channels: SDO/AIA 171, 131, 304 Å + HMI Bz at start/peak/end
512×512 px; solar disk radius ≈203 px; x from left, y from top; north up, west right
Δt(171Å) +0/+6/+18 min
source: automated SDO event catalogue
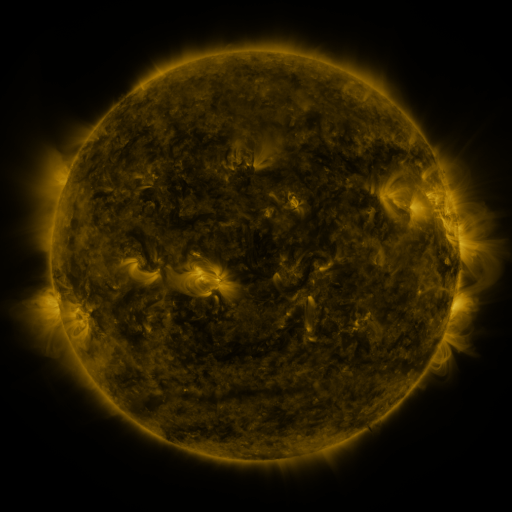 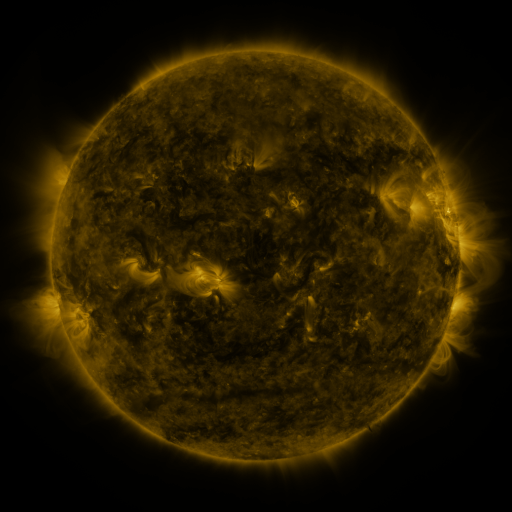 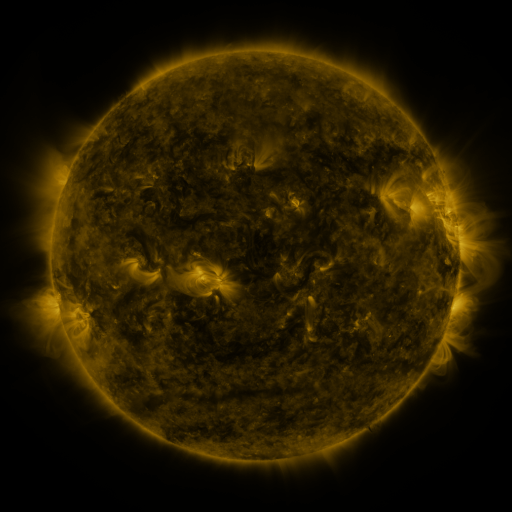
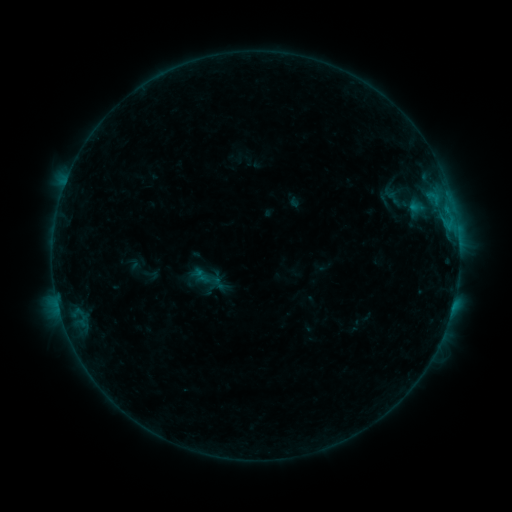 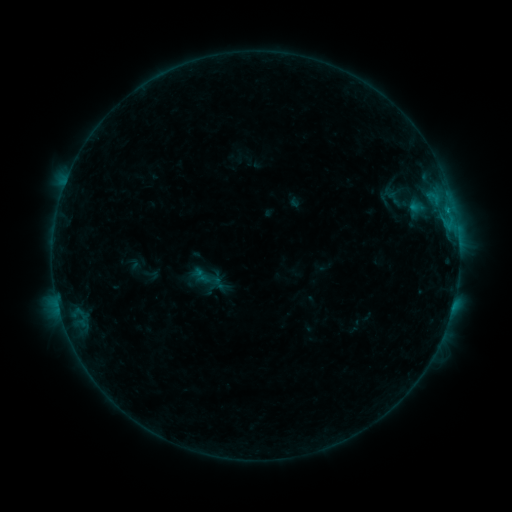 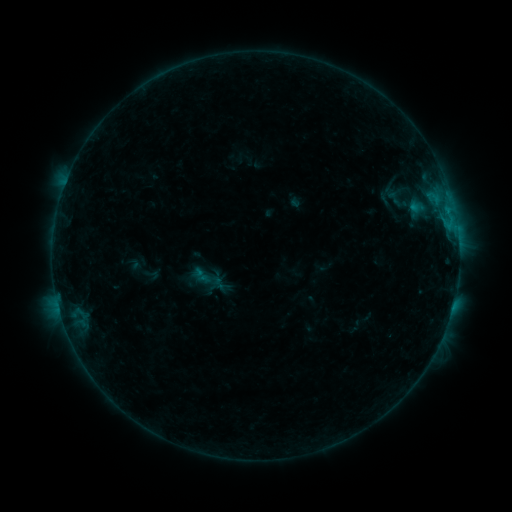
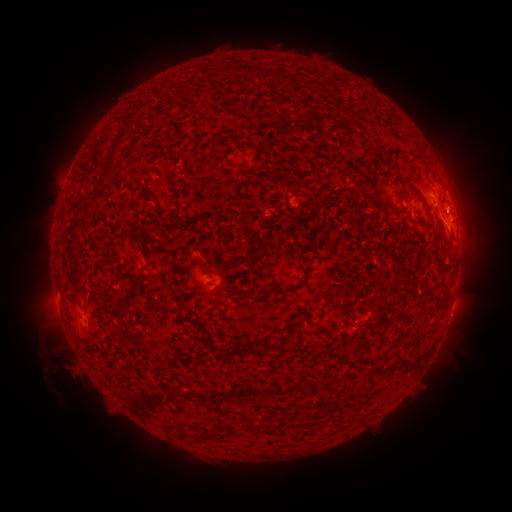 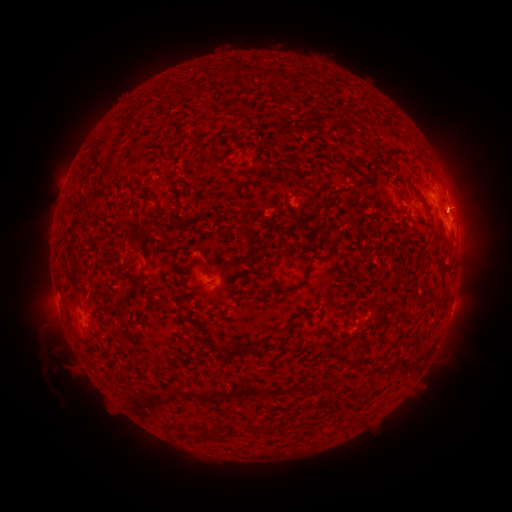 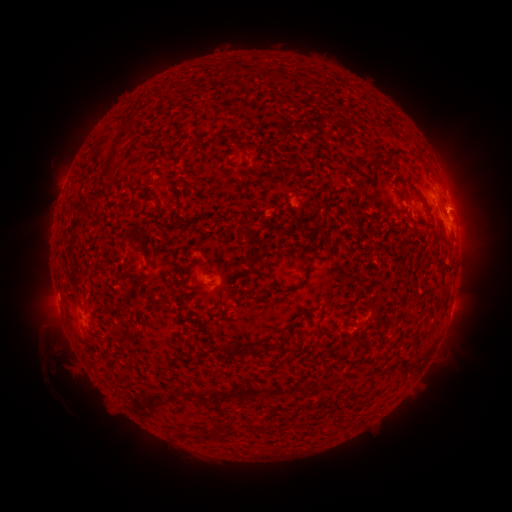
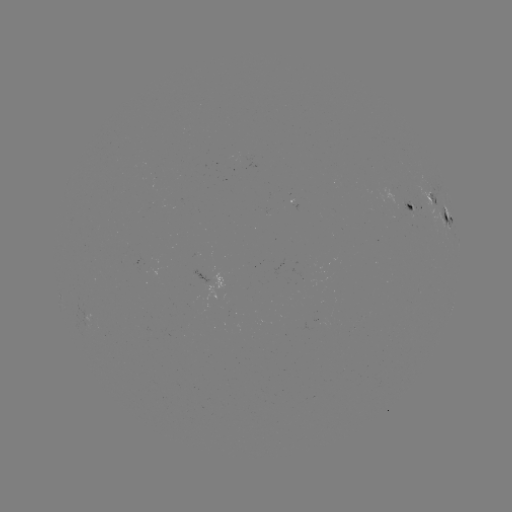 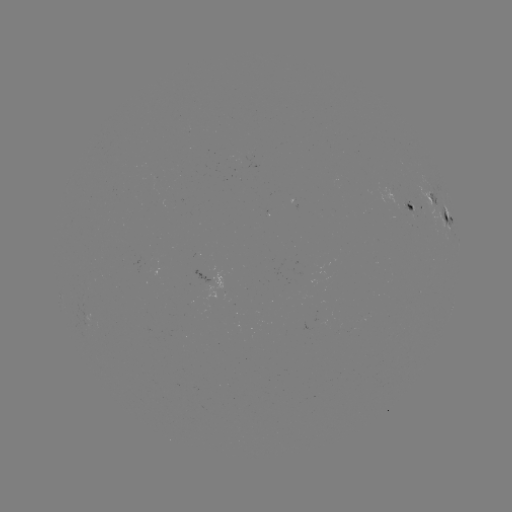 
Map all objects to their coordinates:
eruption: (470, 208)
